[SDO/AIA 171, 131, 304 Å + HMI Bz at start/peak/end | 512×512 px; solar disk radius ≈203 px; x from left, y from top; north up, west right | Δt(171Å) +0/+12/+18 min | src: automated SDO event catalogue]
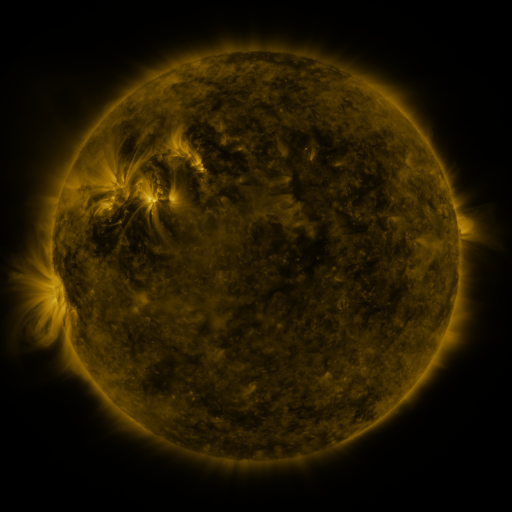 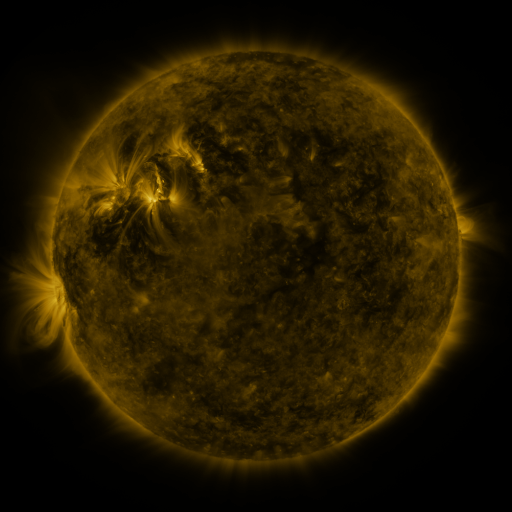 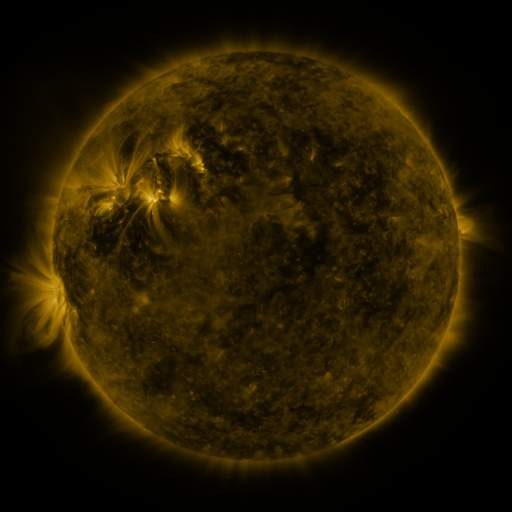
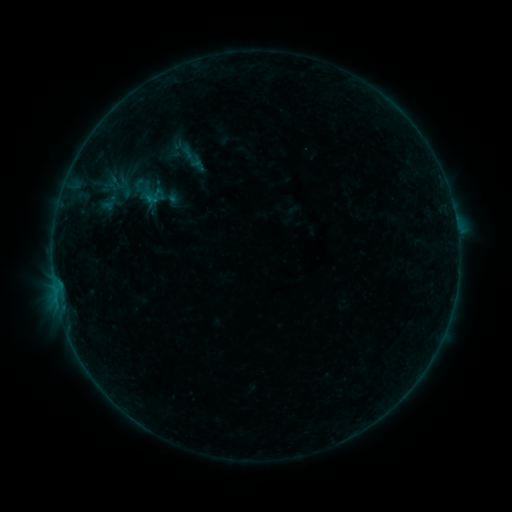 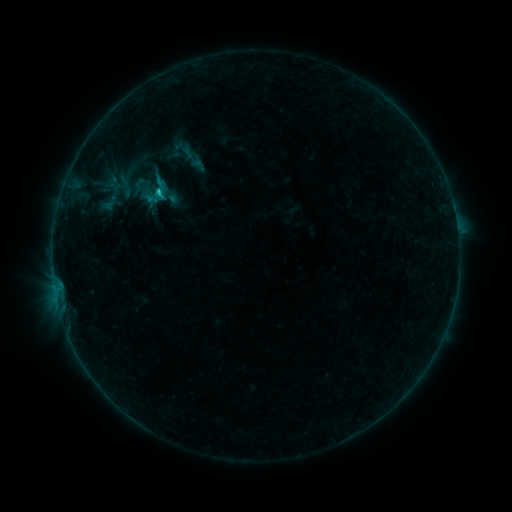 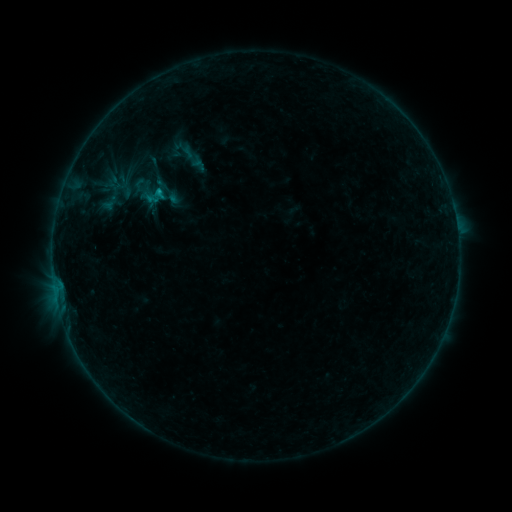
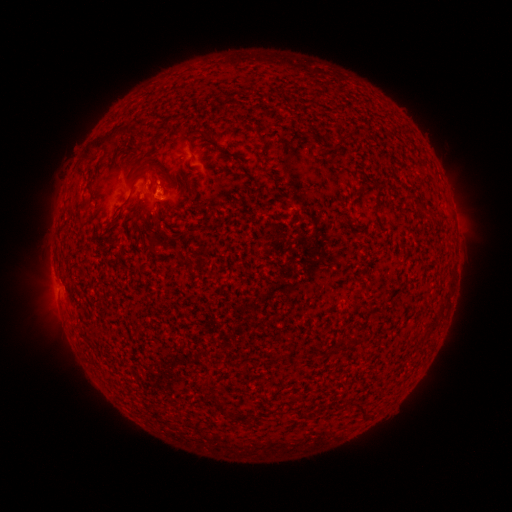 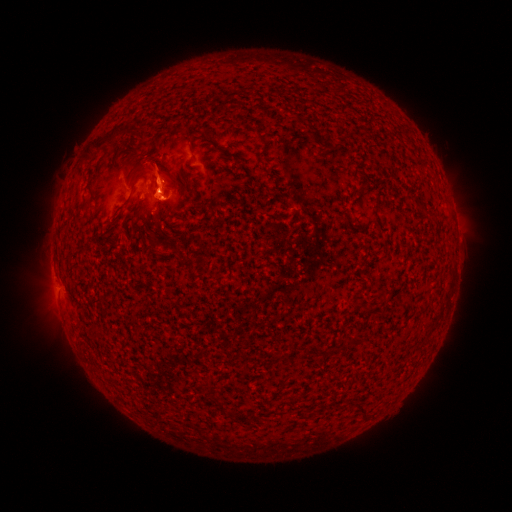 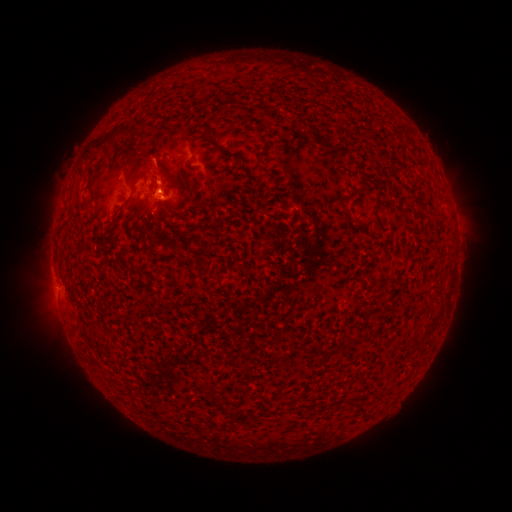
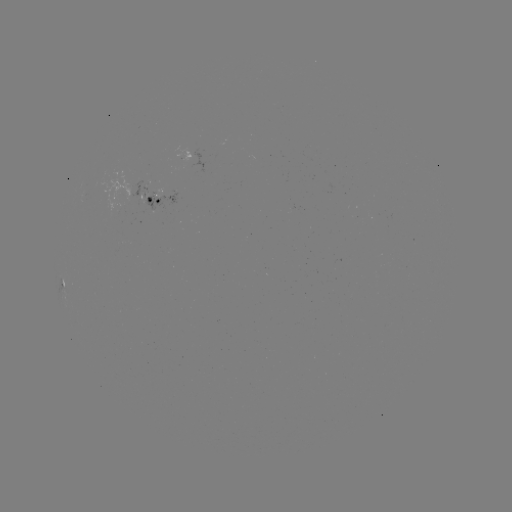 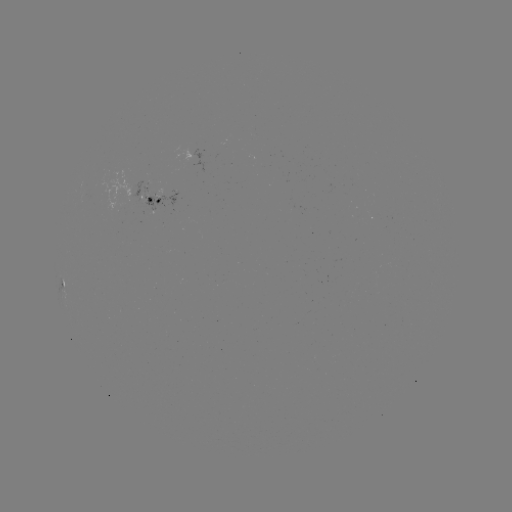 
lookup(B9.6 flare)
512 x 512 (160, 191)